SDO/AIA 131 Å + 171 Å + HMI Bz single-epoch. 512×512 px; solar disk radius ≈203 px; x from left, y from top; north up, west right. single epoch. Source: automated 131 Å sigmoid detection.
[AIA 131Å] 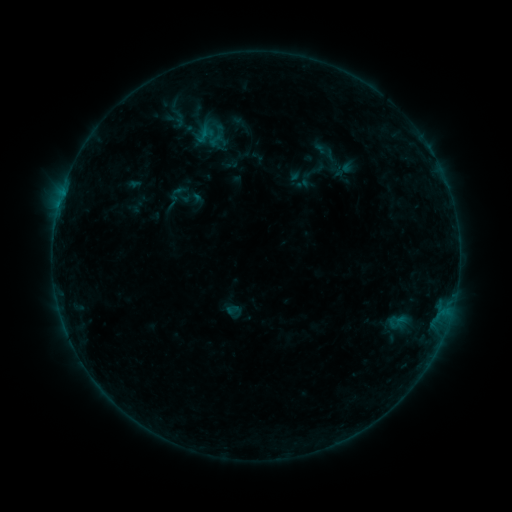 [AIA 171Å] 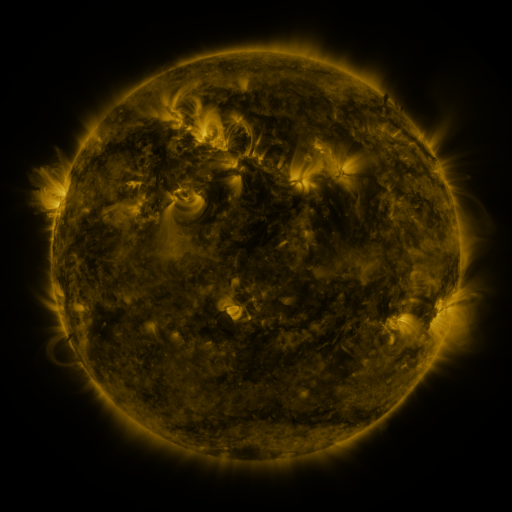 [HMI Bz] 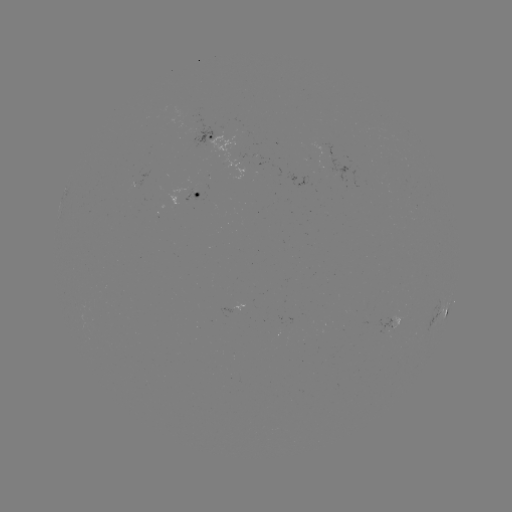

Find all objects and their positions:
sigmoid: (163, 182, 194, 213)
